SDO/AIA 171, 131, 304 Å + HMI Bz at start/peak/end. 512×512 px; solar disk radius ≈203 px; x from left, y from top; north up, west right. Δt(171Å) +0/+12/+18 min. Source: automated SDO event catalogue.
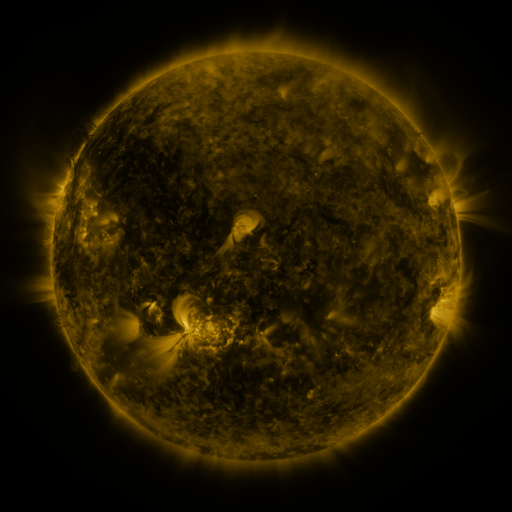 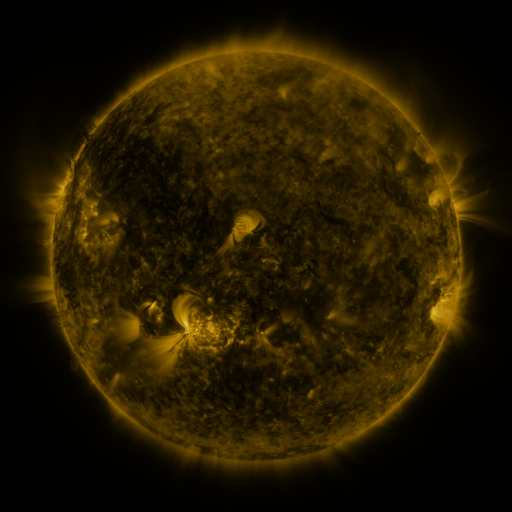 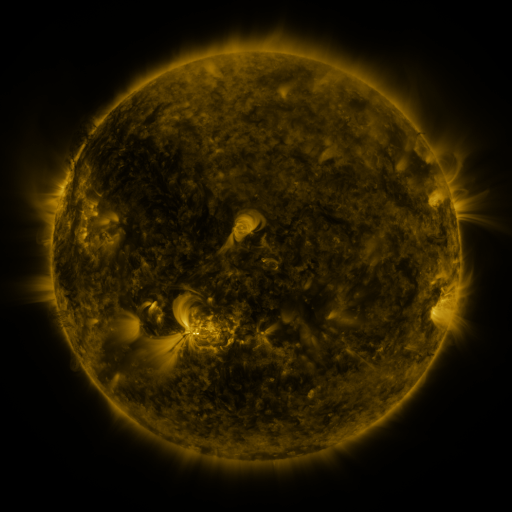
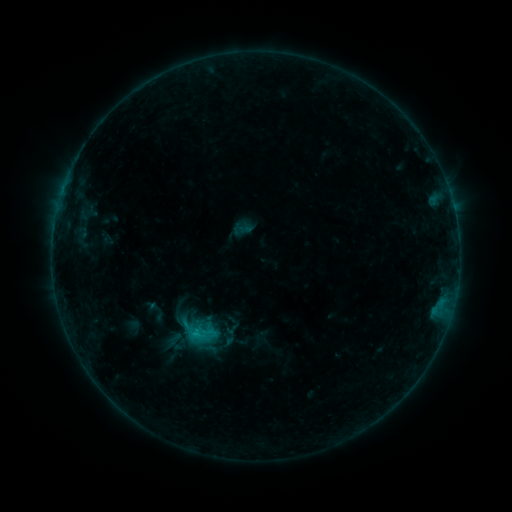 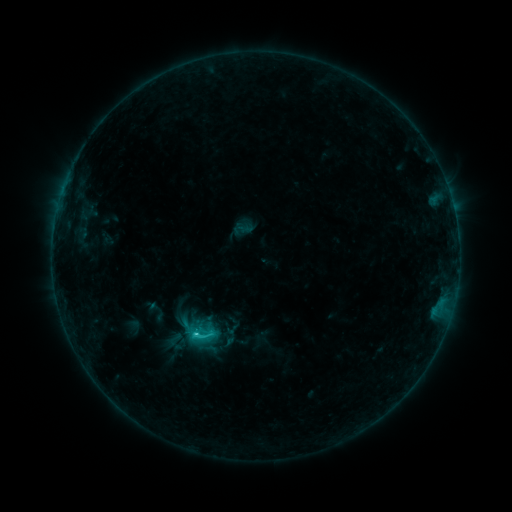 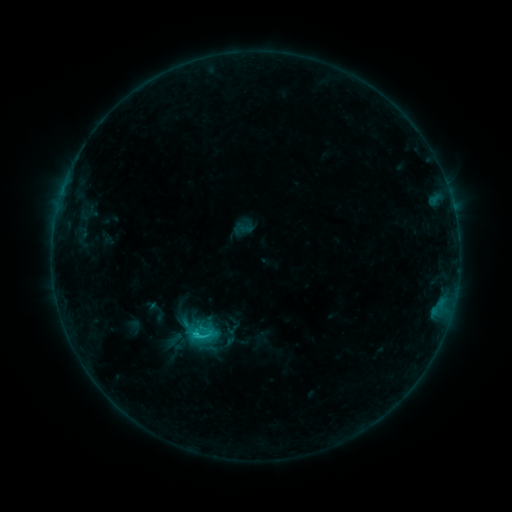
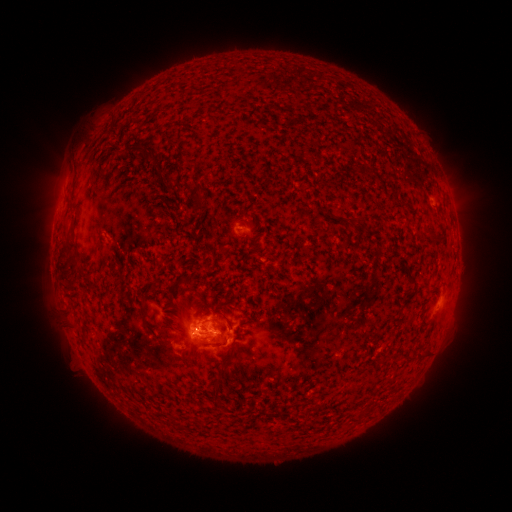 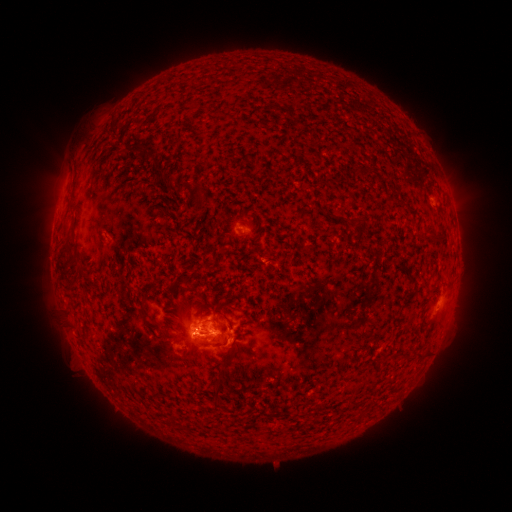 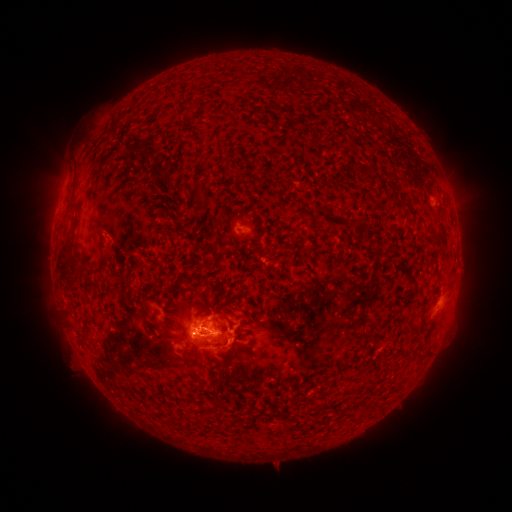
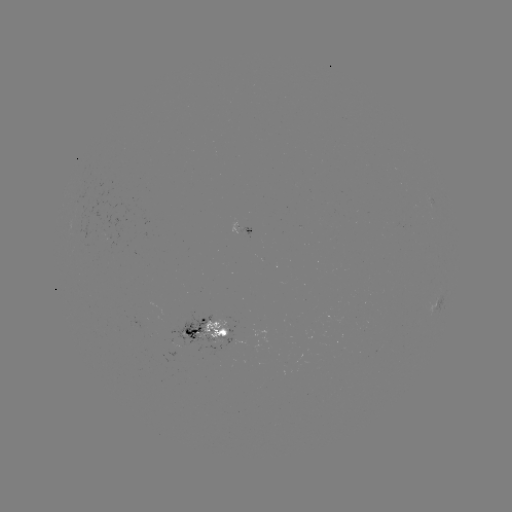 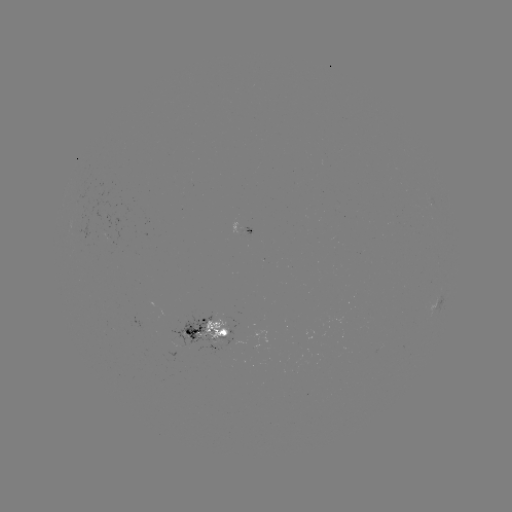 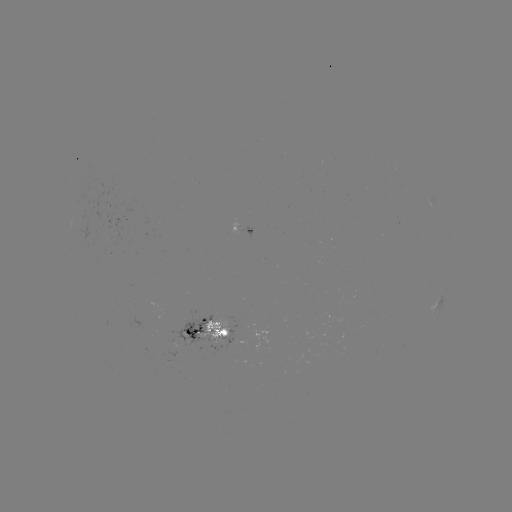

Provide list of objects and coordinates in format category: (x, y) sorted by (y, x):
C1.6 flare: (198, 334)
